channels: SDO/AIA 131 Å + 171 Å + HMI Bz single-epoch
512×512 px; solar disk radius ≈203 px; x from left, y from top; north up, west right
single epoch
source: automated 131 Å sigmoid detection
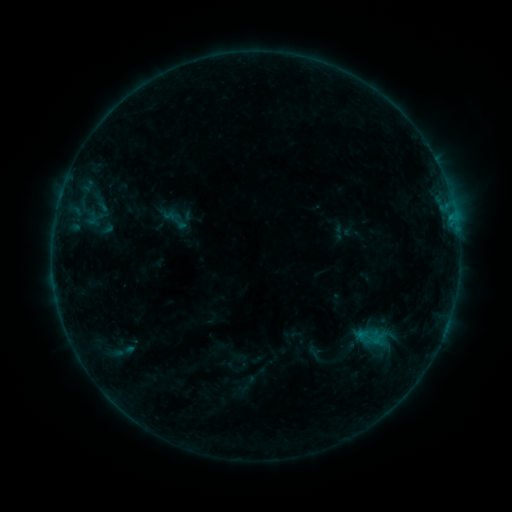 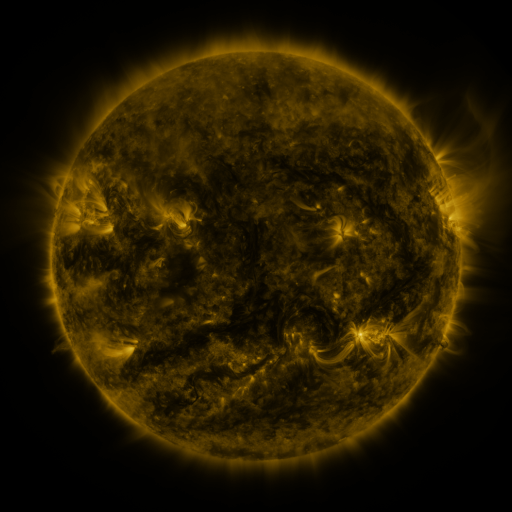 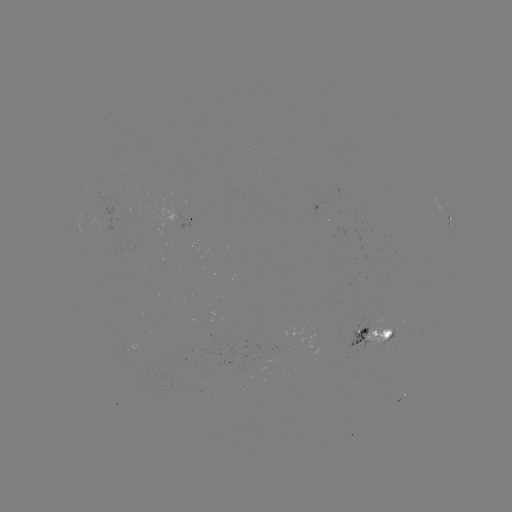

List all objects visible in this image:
sigmoid: (177, 221)
sigmoid: (121, 352)
